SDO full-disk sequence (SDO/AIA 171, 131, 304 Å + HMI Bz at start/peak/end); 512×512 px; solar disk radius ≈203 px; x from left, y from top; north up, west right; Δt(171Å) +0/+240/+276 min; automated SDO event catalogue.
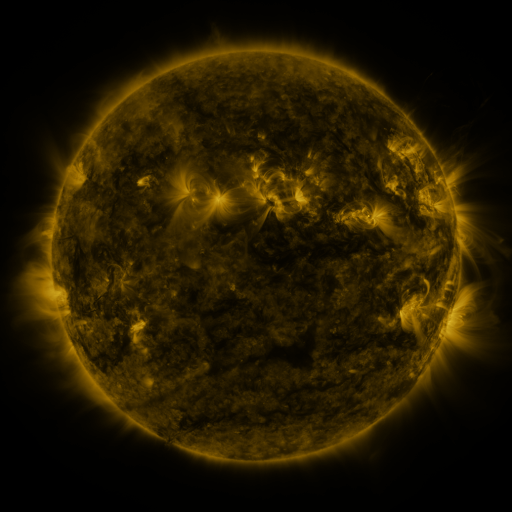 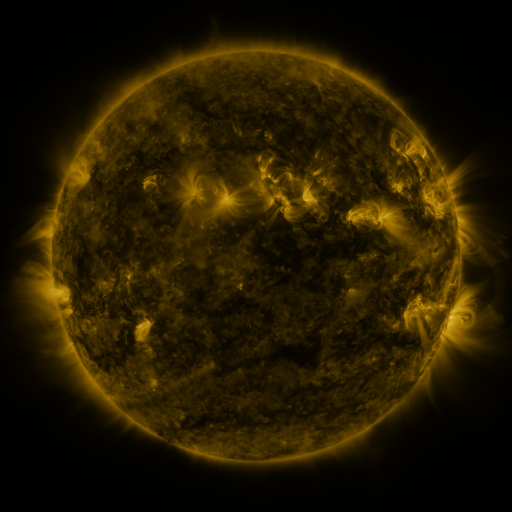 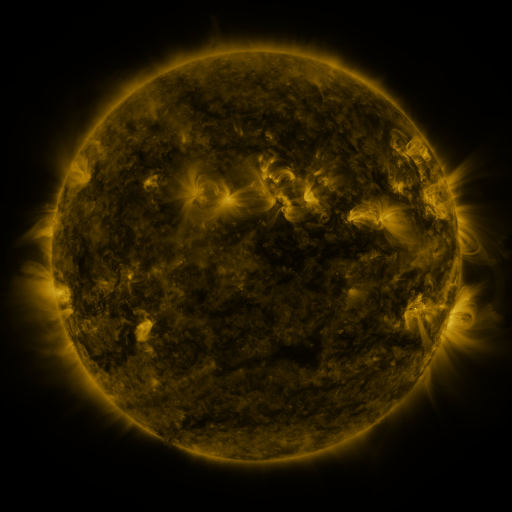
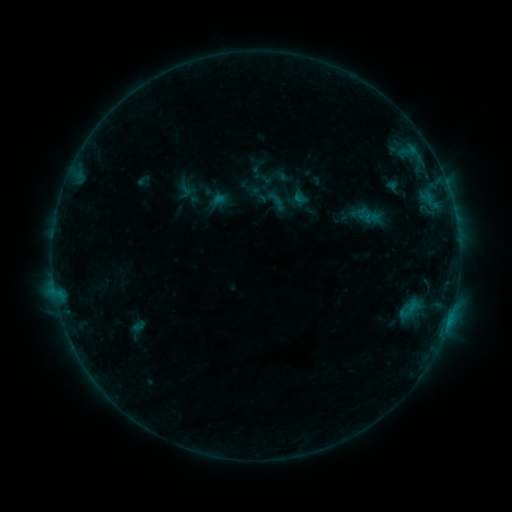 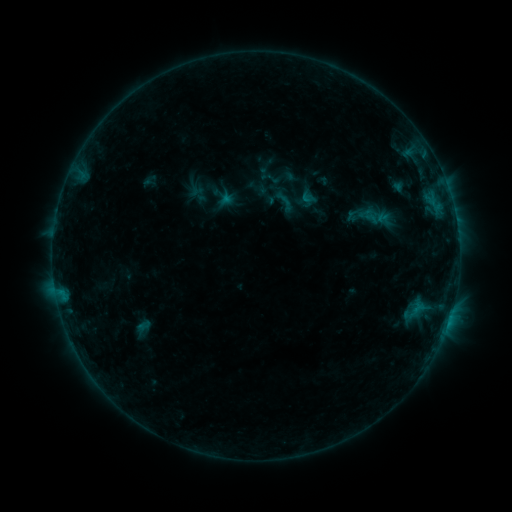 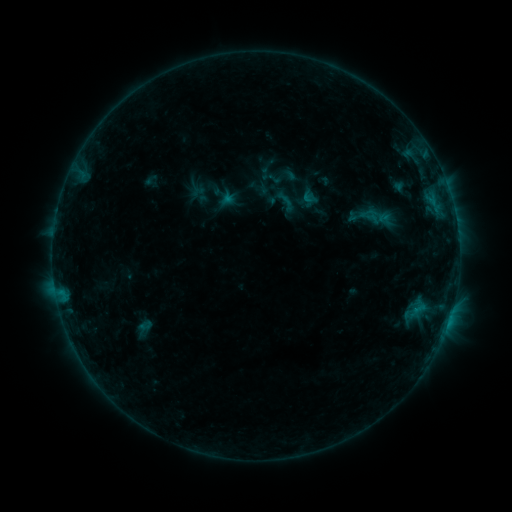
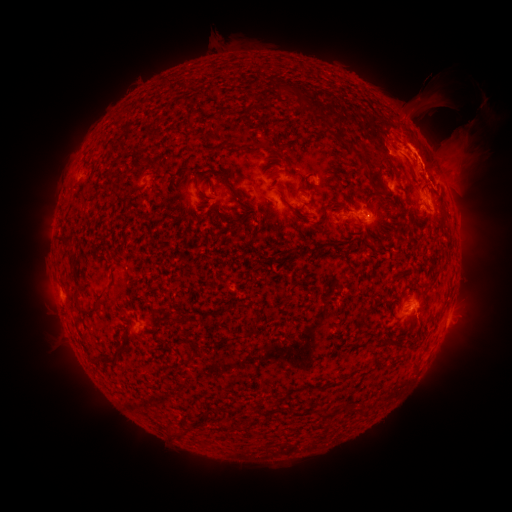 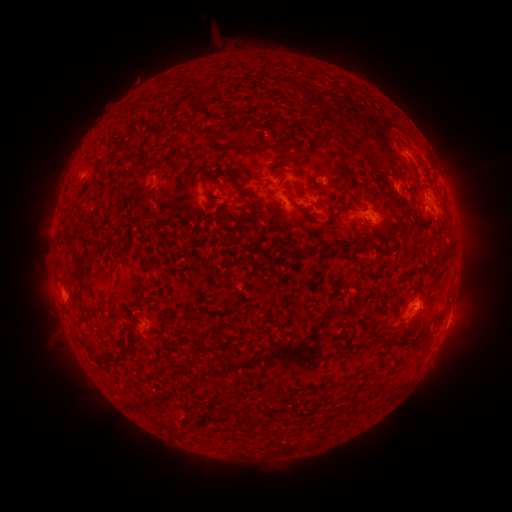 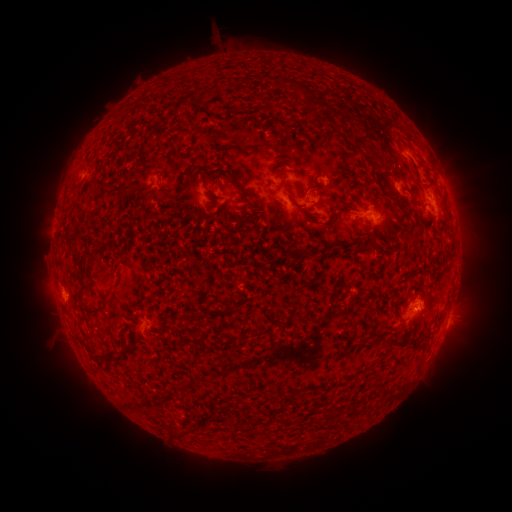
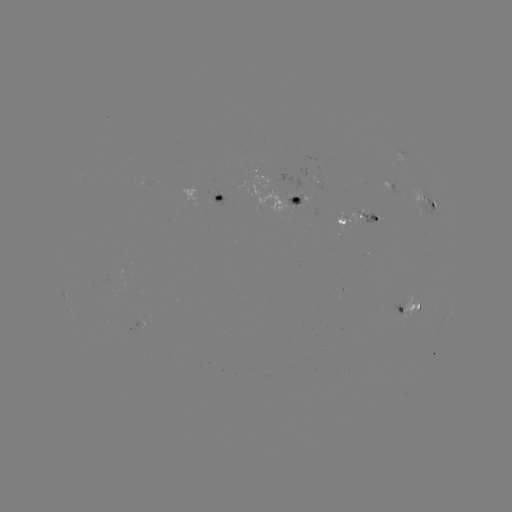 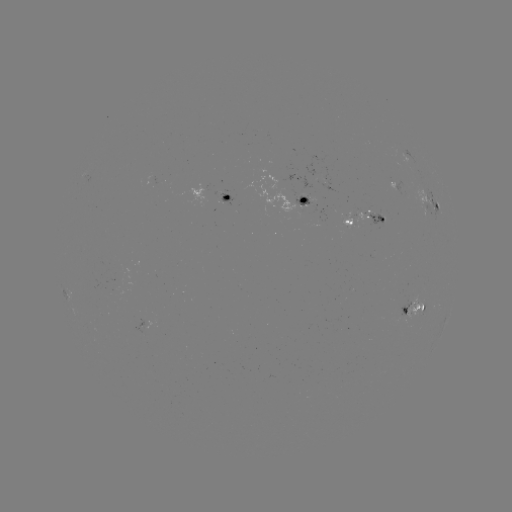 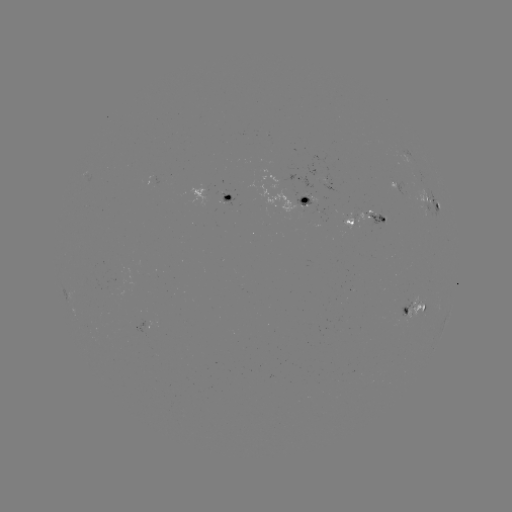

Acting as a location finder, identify emerging-flux region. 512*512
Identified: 304,197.